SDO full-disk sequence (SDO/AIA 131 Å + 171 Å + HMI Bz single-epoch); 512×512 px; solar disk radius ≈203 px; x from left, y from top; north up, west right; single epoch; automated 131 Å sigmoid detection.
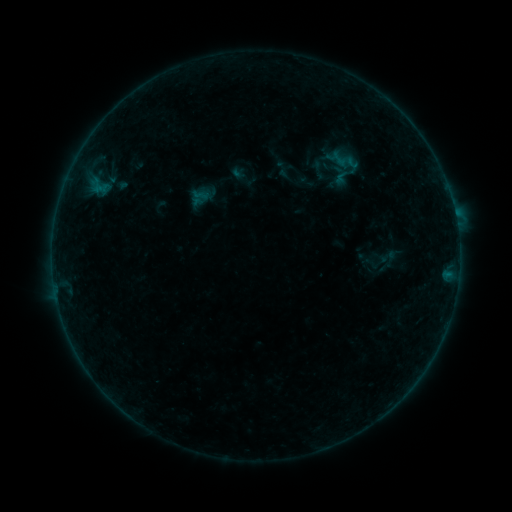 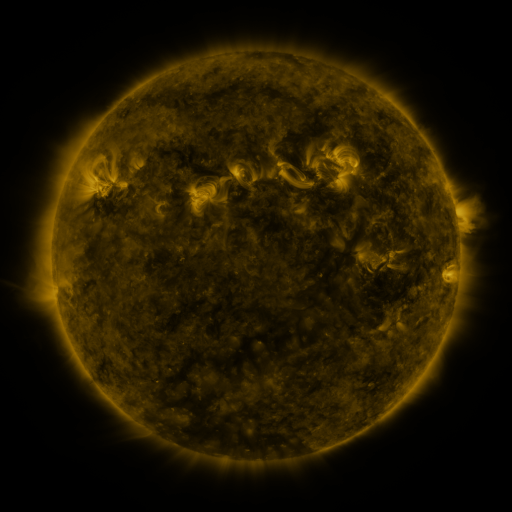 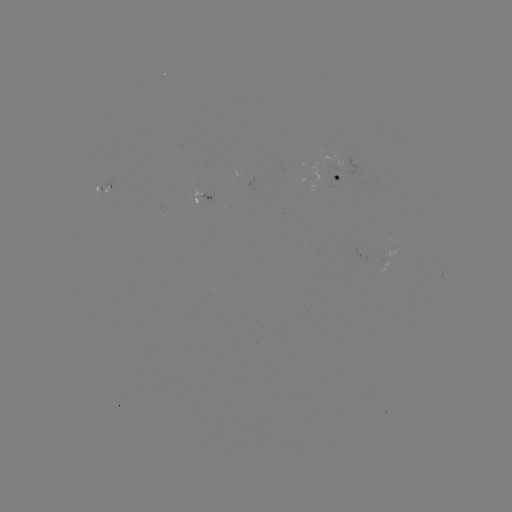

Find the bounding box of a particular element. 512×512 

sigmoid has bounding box [324, 147, 352, 170].